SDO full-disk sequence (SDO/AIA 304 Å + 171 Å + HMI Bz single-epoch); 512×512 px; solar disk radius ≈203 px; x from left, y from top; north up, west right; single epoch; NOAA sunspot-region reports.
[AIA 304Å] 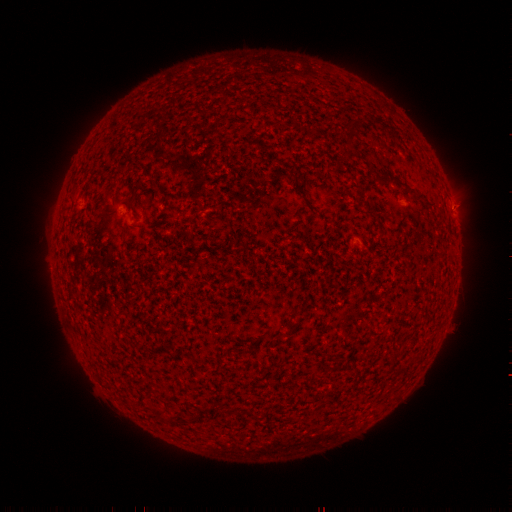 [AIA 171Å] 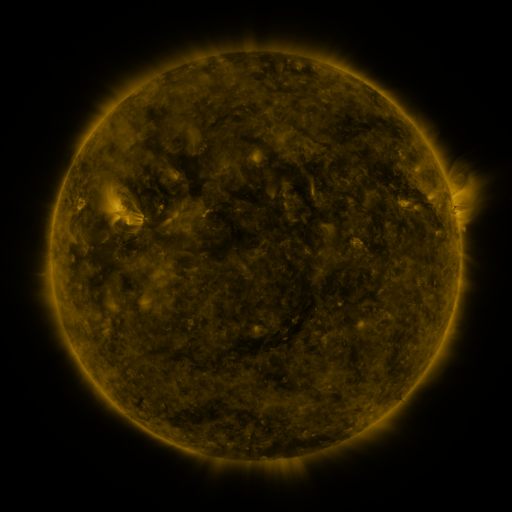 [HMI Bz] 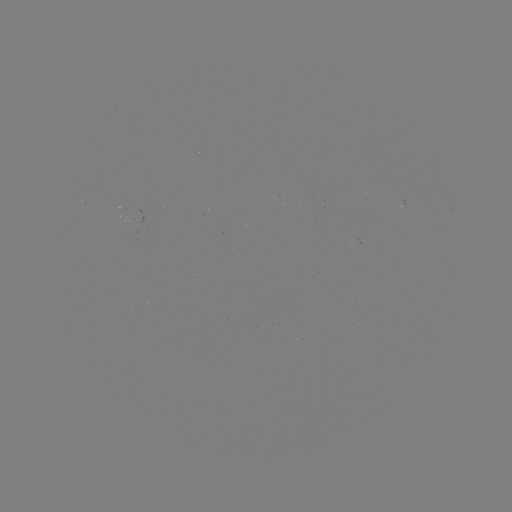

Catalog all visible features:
spotted active region: (402, 204)
